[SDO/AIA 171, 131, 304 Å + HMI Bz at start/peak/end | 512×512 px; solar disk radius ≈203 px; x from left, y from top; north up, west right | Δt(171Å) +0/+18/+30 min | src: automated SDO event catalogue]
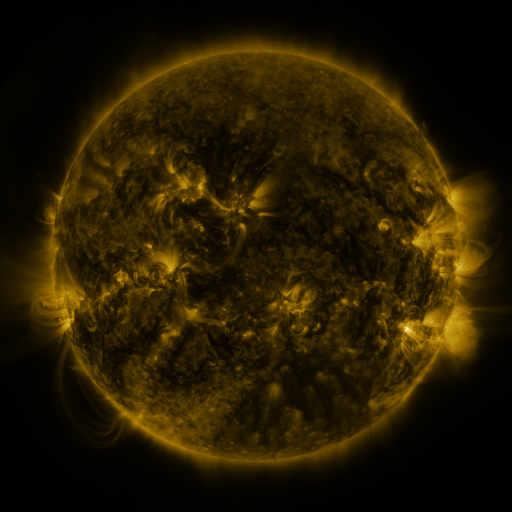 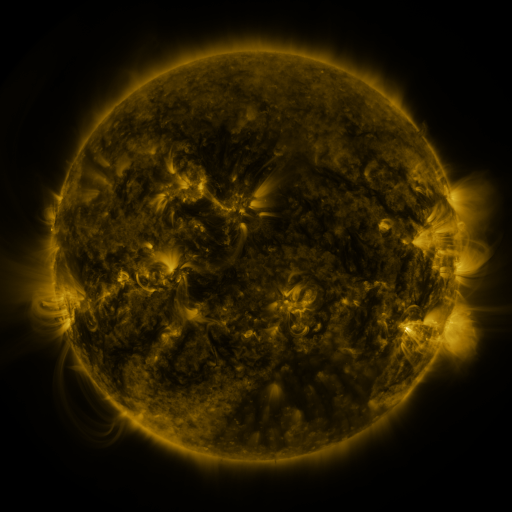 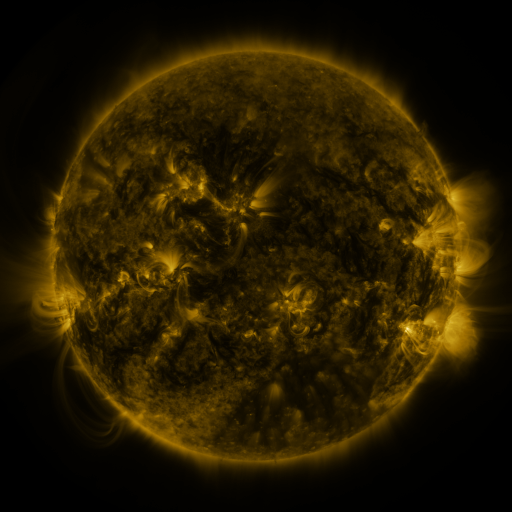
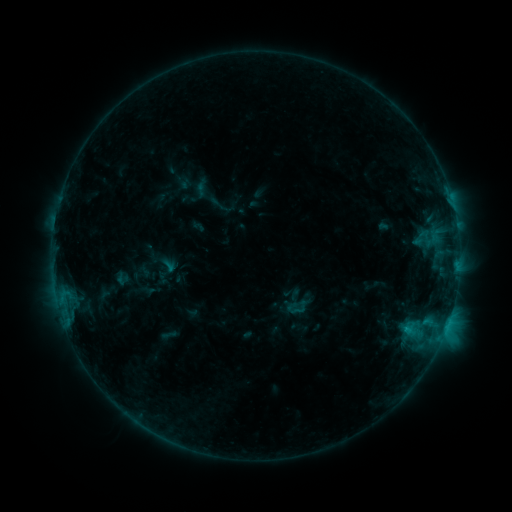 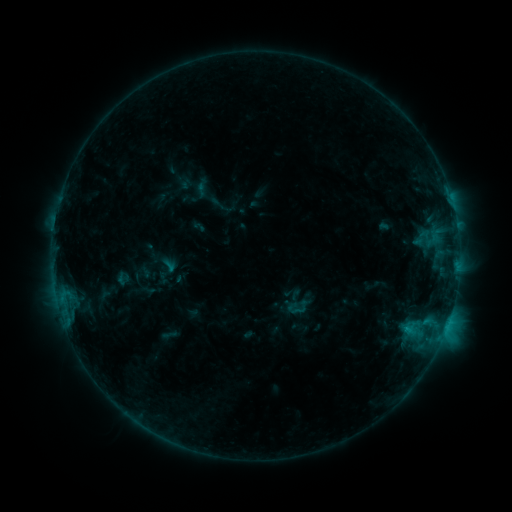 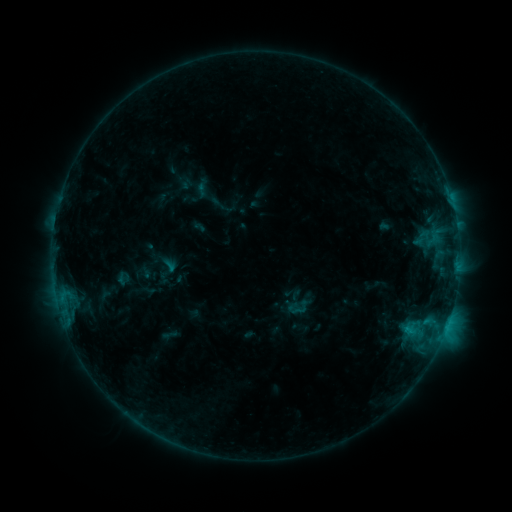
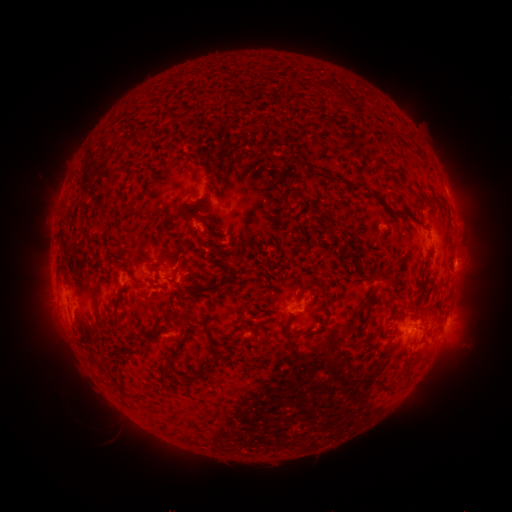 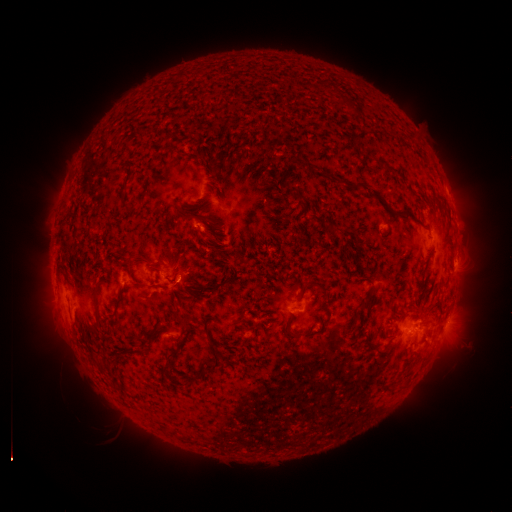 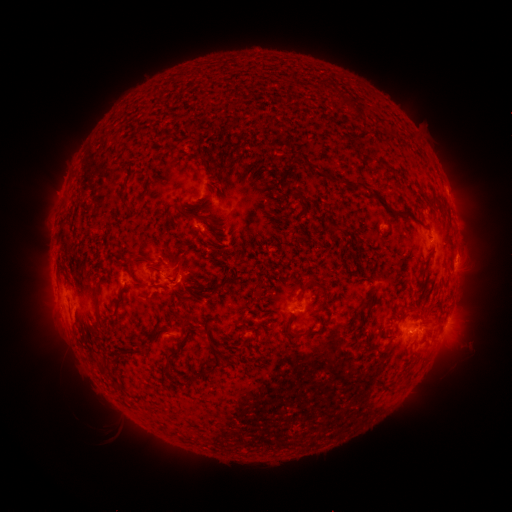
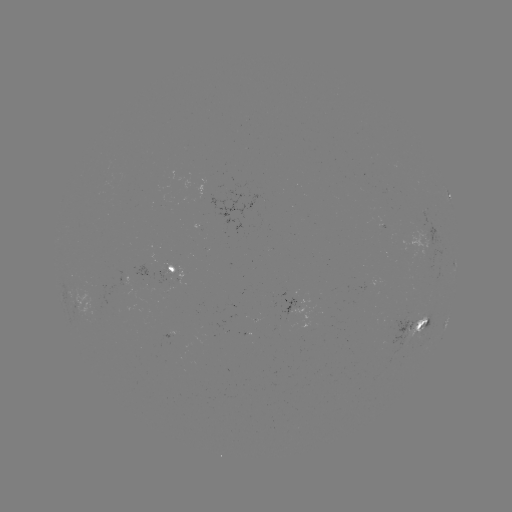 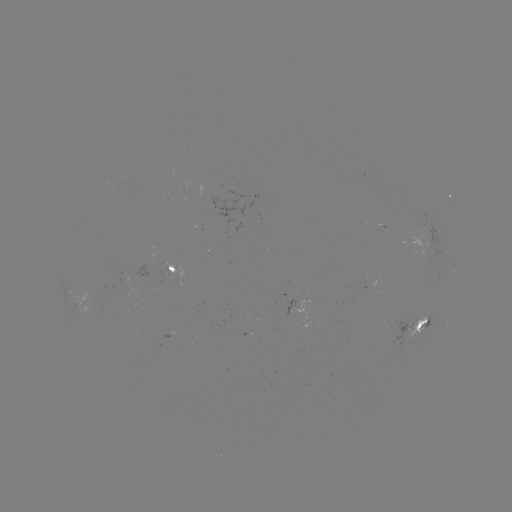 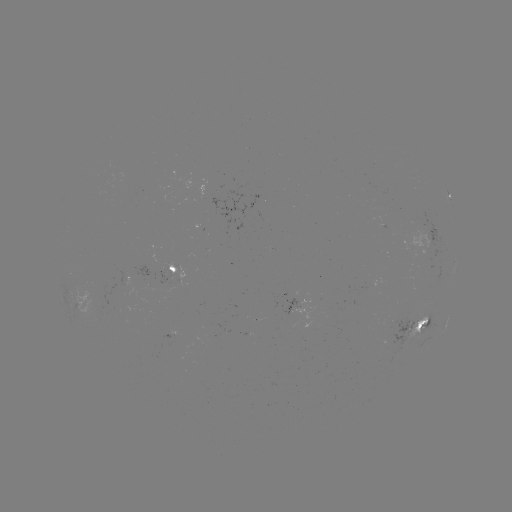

no catalogued flare and no flagged EUV brightening in this window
